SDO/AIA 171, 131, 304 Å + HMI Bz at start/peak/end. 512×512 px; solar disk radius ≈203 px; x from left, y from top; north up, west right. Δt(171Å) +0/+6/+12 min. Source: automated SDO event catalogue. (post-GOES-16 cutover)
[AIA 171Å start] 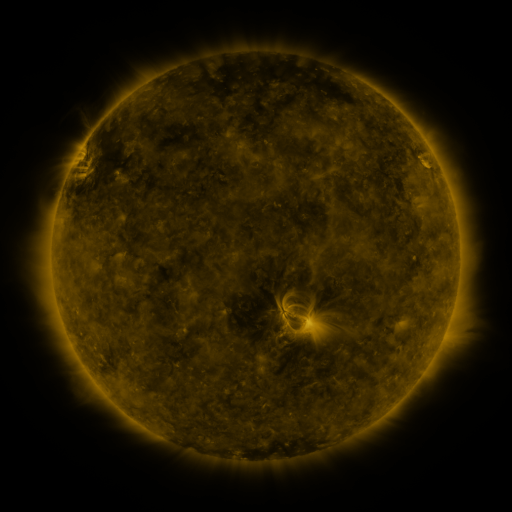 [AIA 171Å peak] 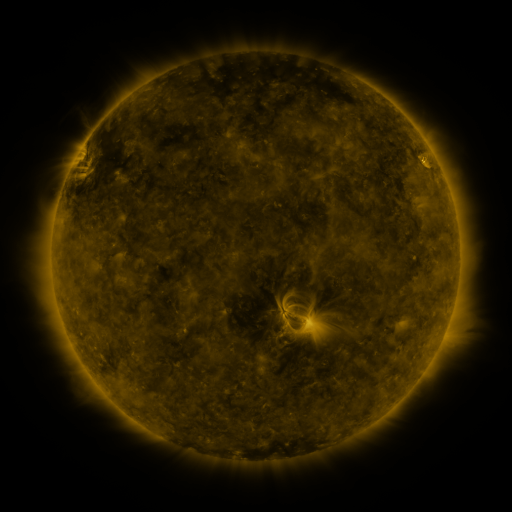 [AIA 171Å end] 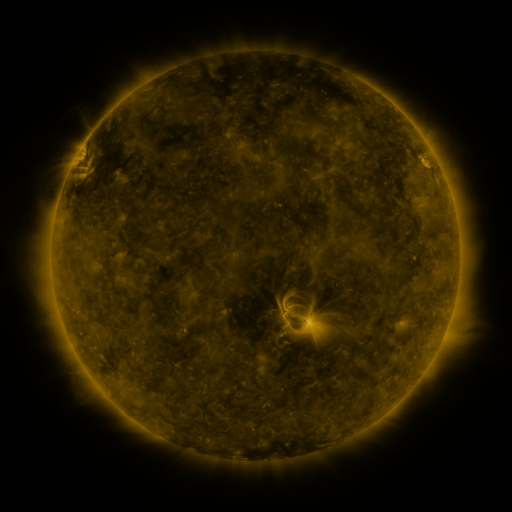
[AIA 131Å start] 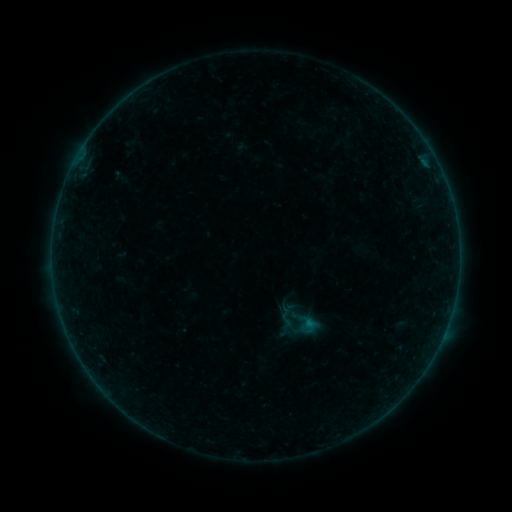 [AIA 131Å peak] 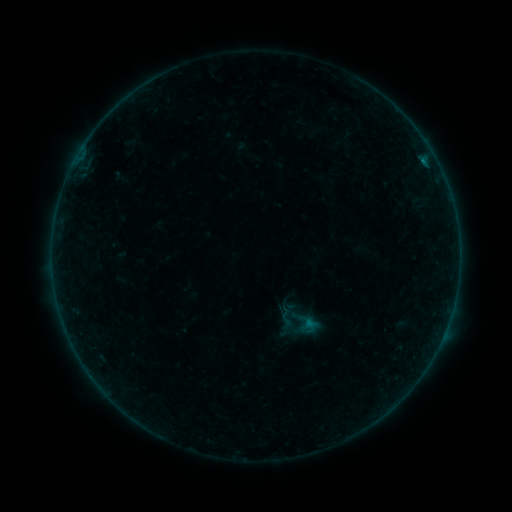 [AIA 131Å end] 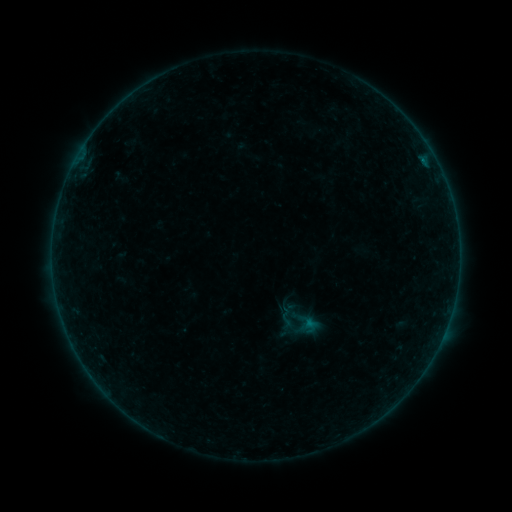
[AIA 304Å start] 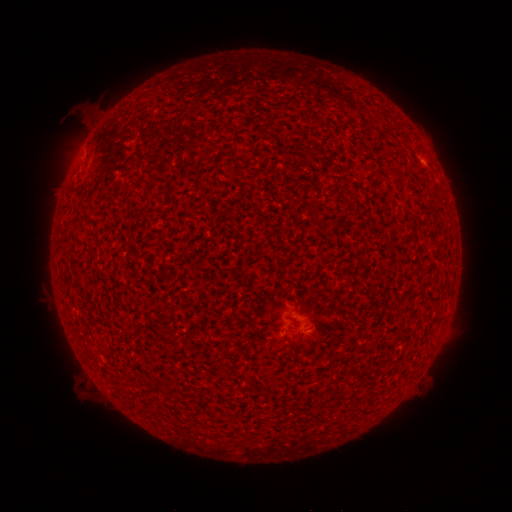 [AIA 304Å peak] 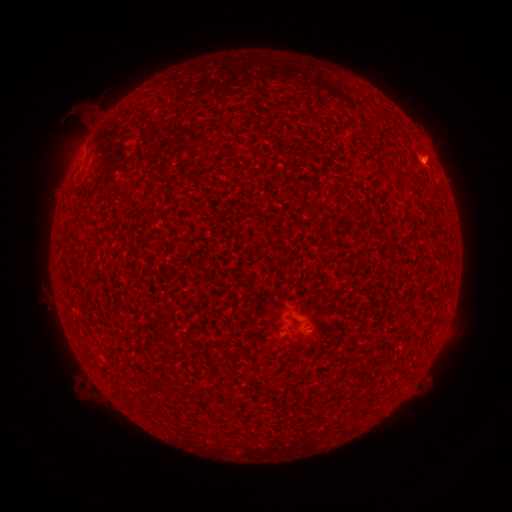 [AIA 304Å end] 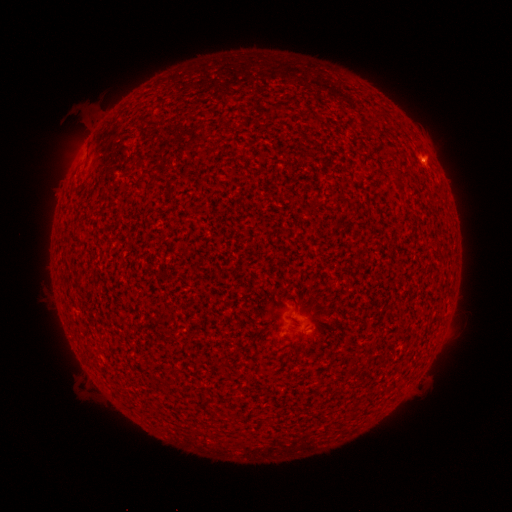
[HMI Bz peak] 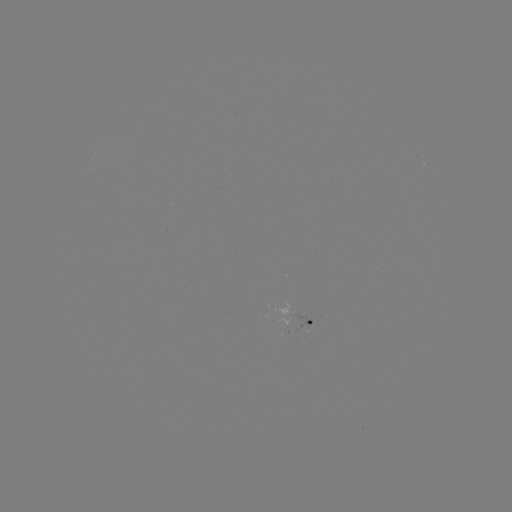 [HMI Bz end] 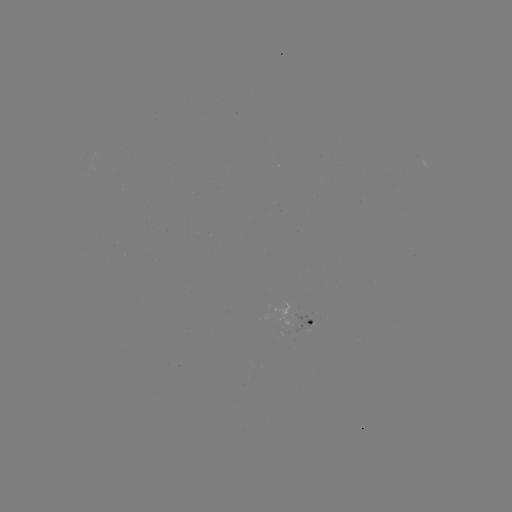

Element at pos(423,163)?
B3.5 flare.